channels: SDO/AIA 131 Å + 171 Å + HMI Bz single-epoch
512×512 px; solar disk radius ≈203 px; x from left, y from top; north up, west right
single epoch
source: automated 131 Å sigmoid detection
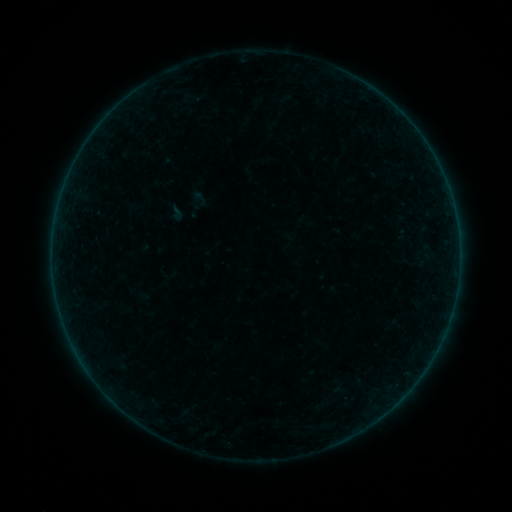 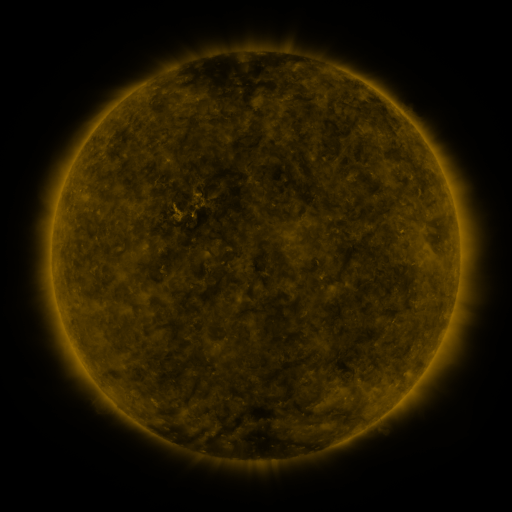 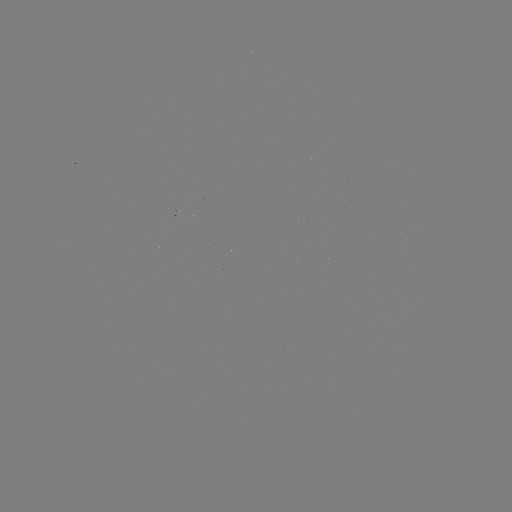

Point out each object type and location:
sigmoid: <bbox>165, 201, 187, 223</bbox>
